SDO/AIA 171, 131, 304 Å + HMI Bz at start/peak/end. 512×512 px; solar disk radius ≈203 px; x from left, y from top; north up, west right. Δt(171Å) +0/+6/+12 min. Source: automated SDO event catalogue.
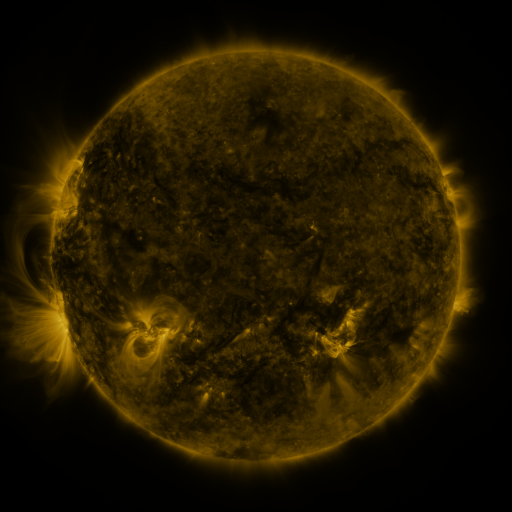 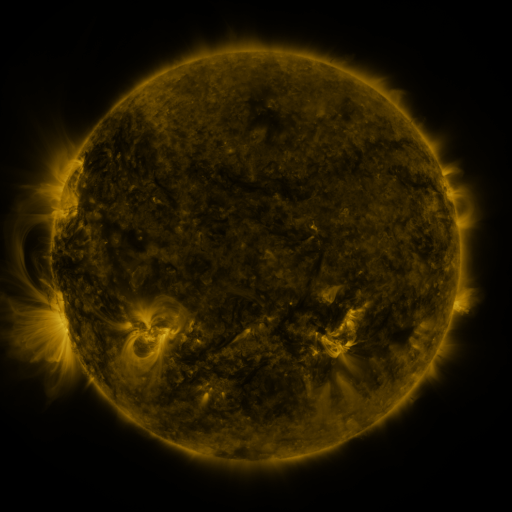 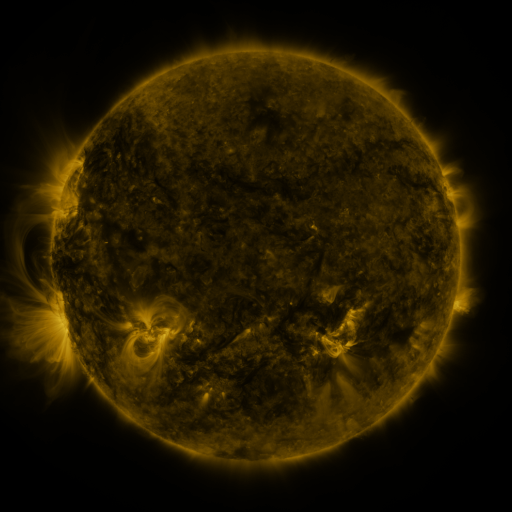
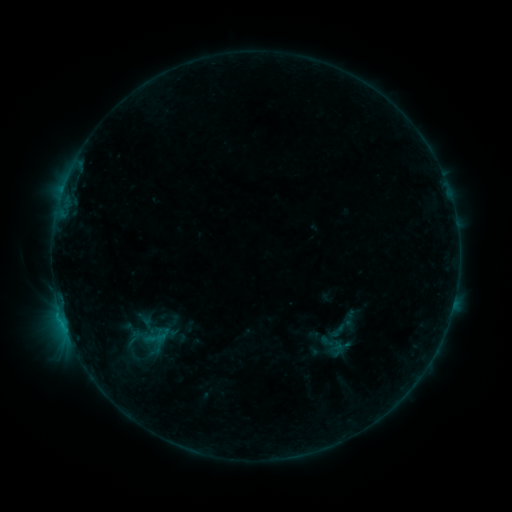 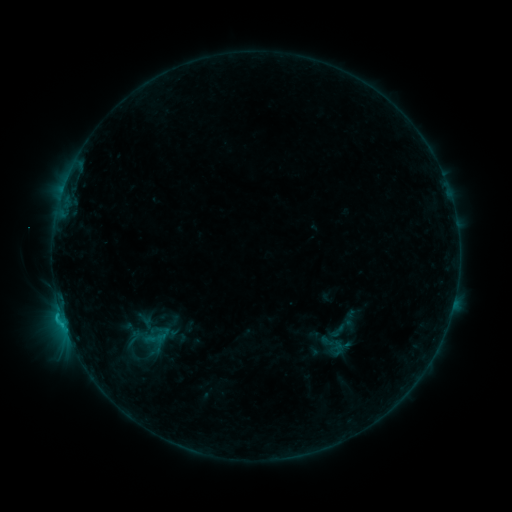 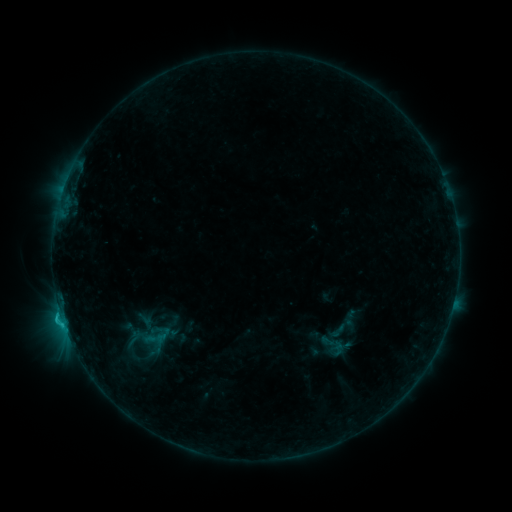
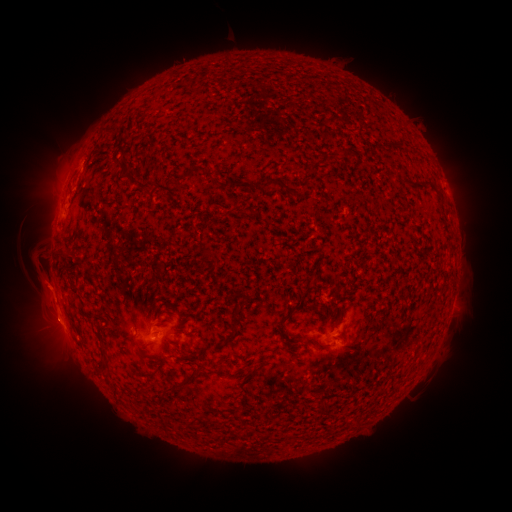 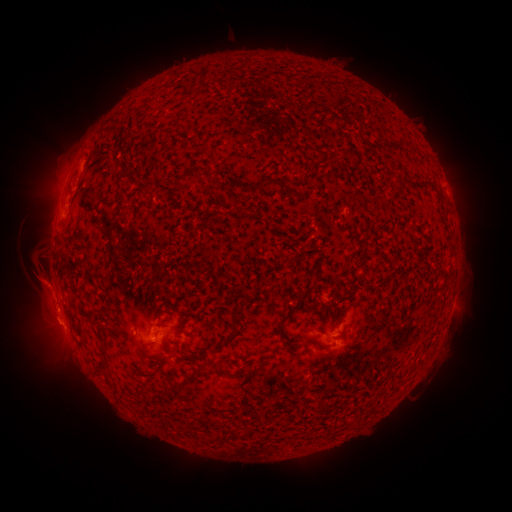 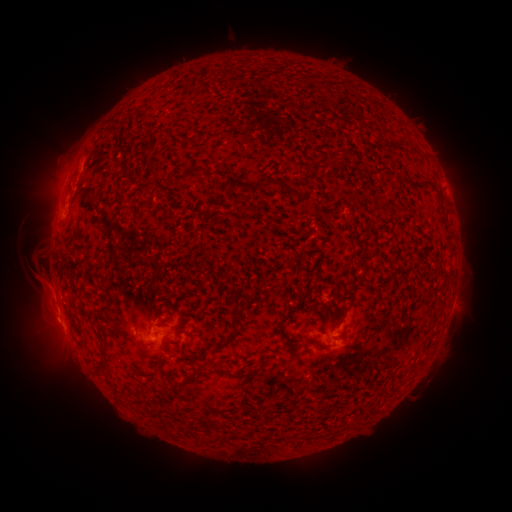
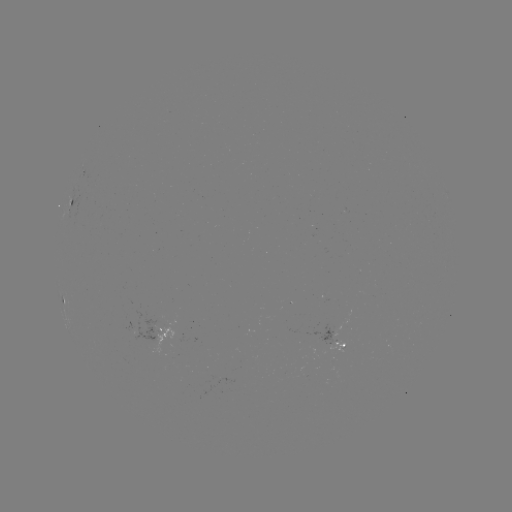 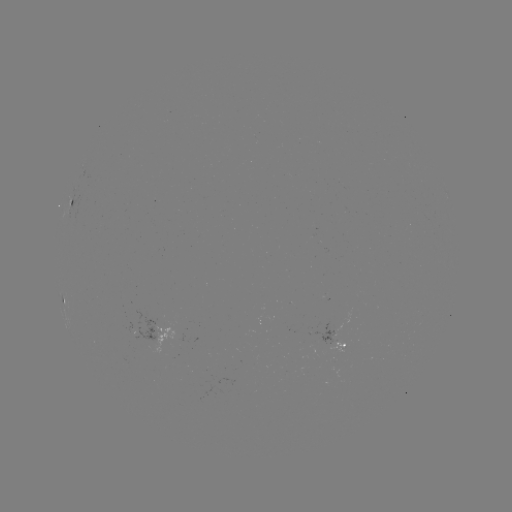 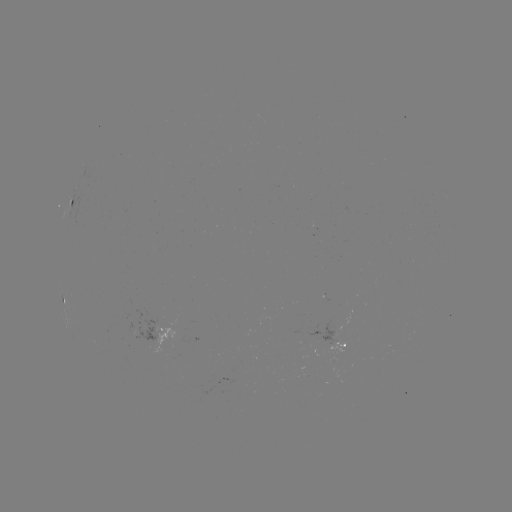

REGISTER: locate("eruption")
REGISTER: (50, 297)